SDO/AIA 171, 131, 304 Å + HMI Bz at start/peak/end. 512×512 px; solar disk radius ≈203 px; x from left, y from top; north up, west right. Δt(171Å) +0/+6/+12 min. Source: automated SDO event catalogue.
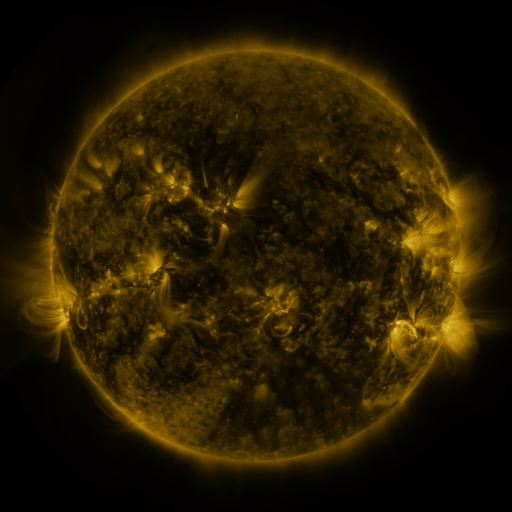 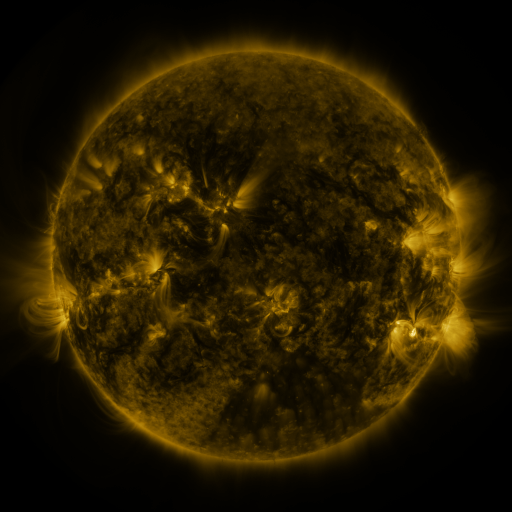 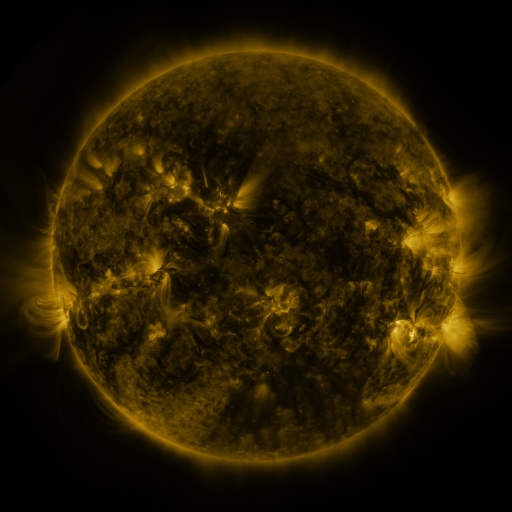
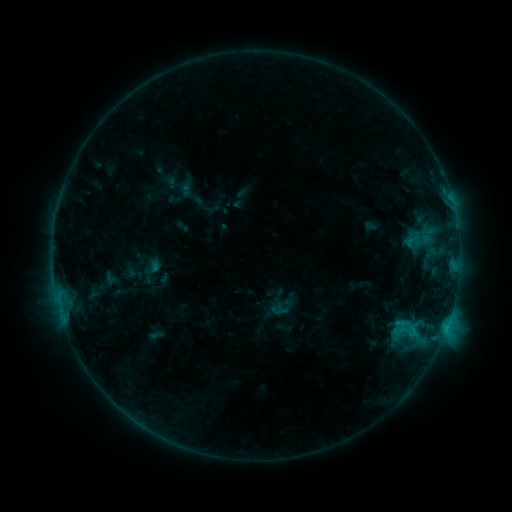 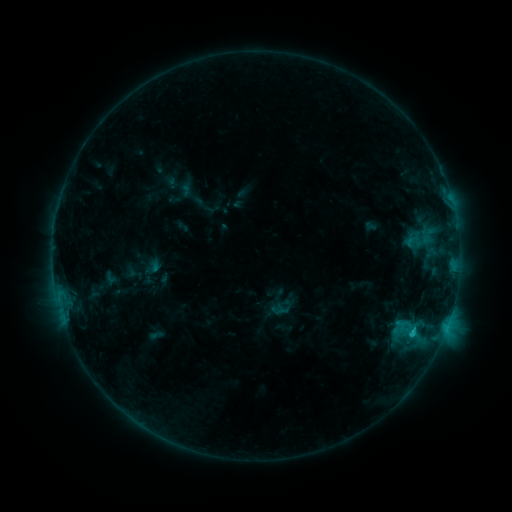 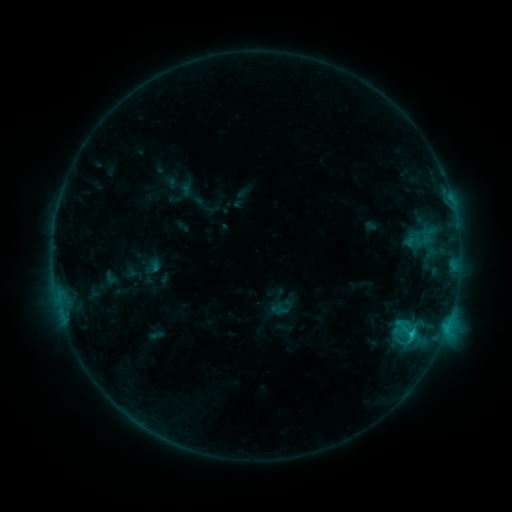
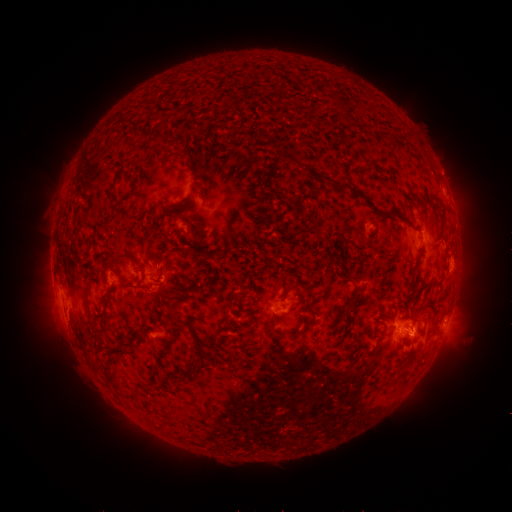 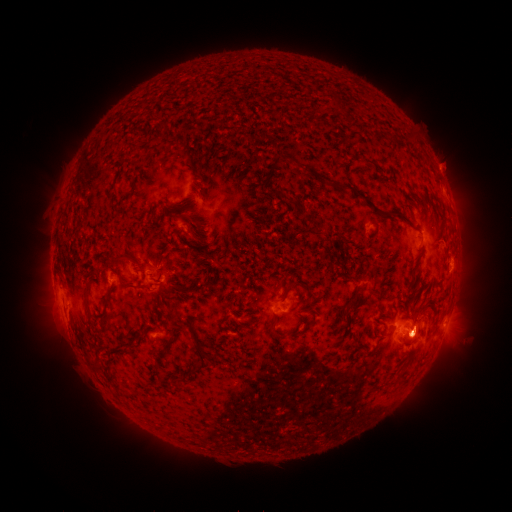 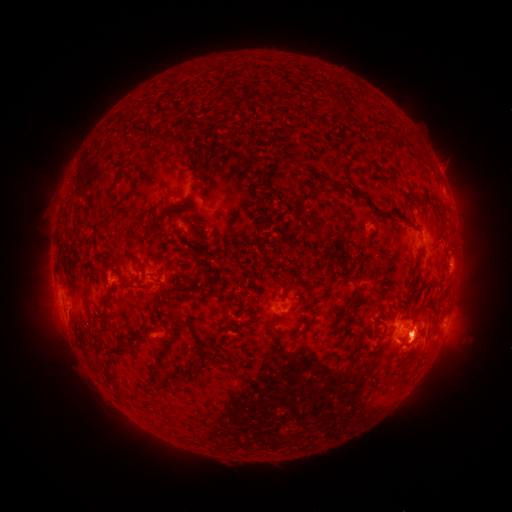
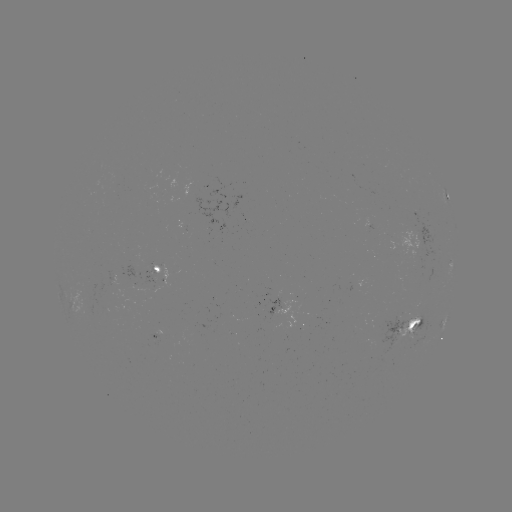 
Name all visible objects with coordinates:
C1.5 flare: (412, 332)
